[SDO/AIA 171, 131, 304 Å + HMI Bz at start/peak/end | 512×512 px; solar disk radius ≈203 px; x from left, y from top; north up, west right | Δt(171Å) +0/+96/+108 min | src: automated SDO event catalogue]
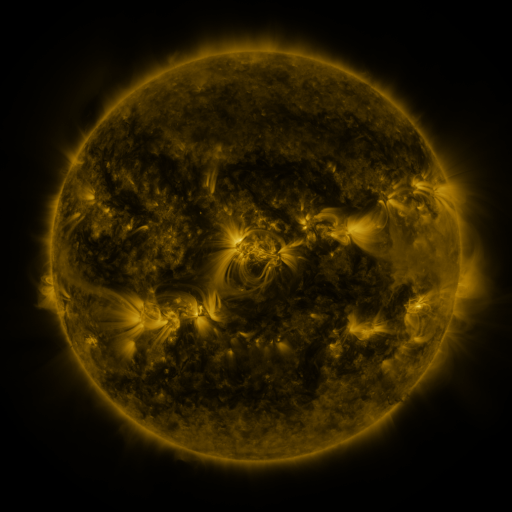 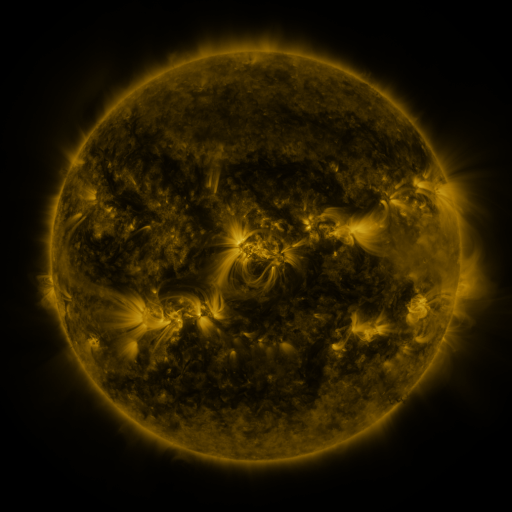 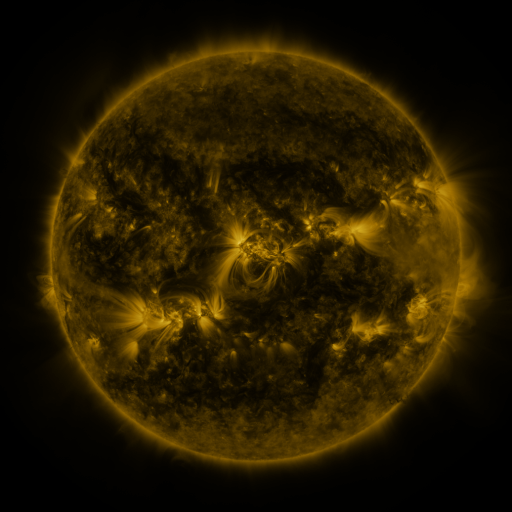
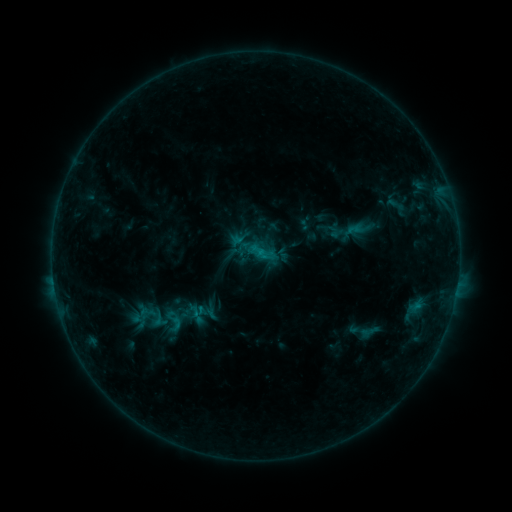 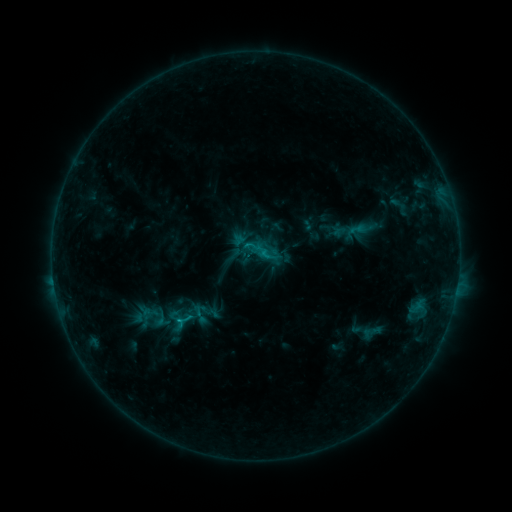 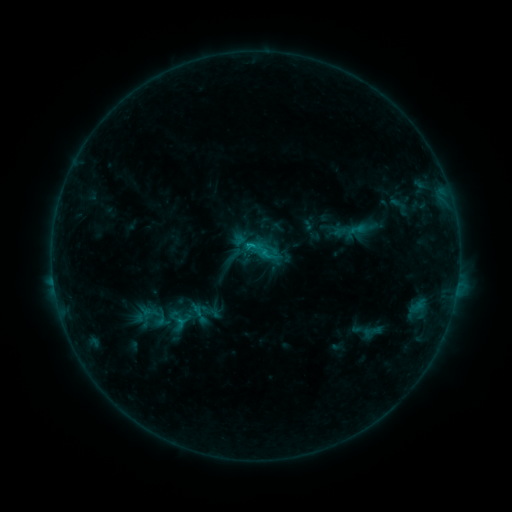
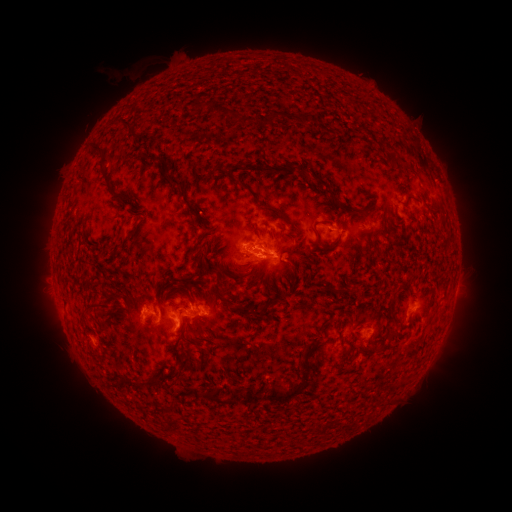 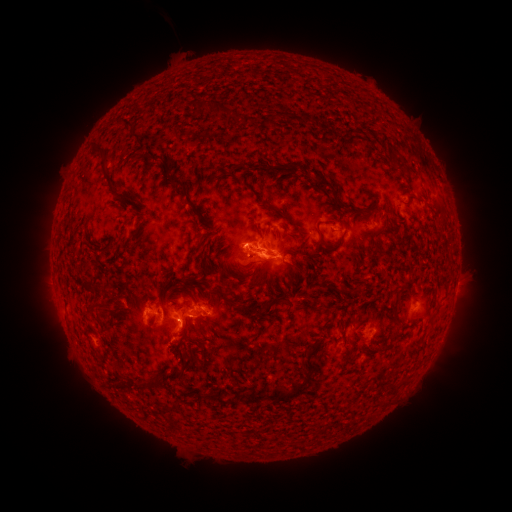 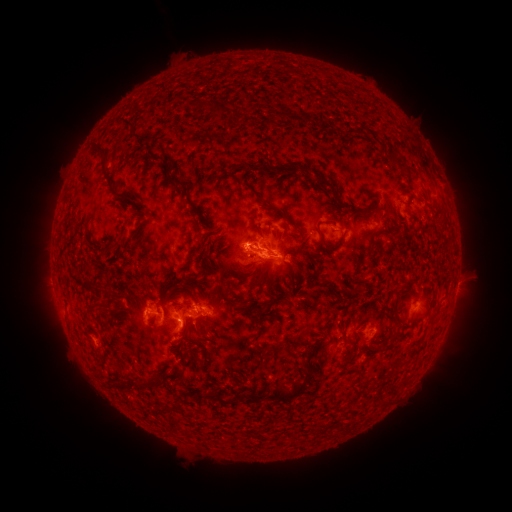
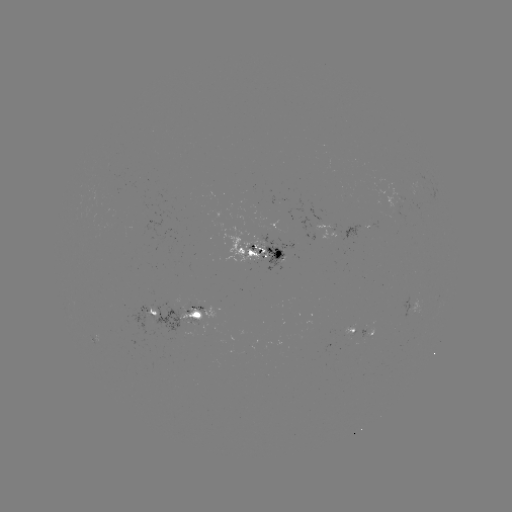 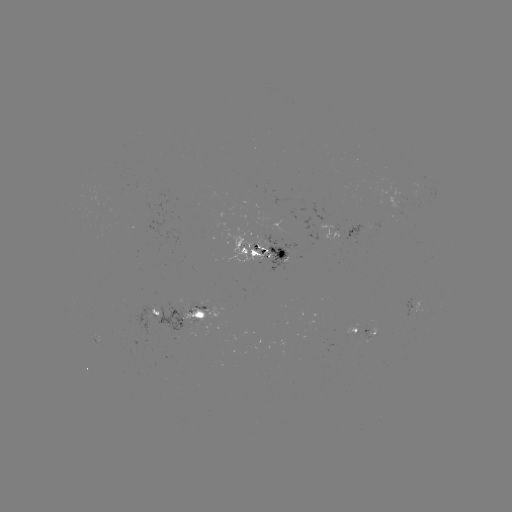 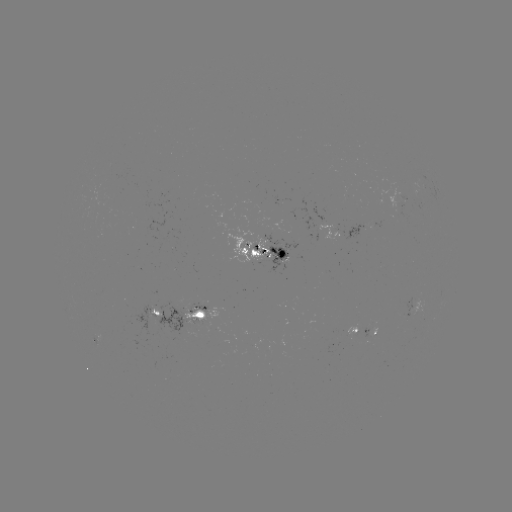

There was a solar emerging-flux region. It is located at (352, 328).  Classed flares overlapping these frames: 1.